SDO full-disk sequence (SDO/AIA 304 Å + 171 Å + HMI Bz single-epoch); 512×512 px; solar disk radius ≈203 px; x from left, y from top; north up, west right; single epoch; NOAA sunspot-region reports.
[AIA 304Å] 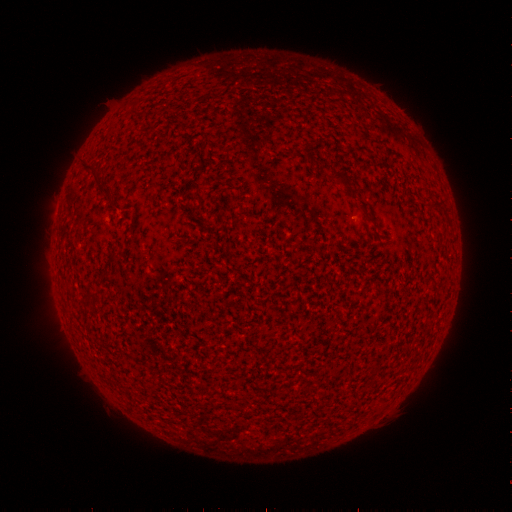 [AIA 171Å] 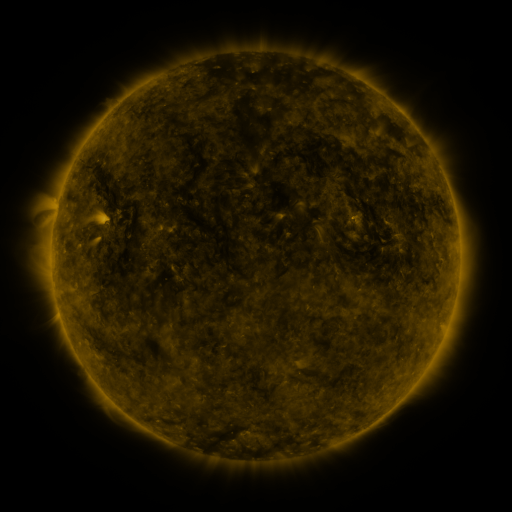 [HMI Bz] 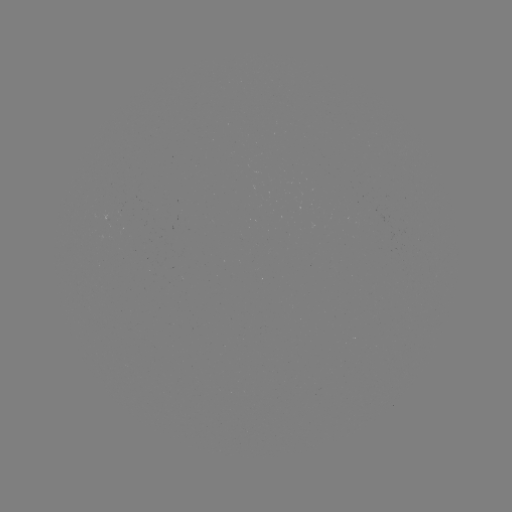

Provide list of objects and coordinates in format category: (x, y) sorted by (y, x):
(none)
